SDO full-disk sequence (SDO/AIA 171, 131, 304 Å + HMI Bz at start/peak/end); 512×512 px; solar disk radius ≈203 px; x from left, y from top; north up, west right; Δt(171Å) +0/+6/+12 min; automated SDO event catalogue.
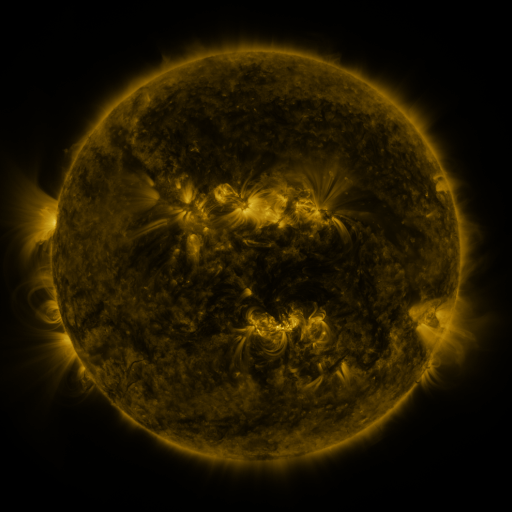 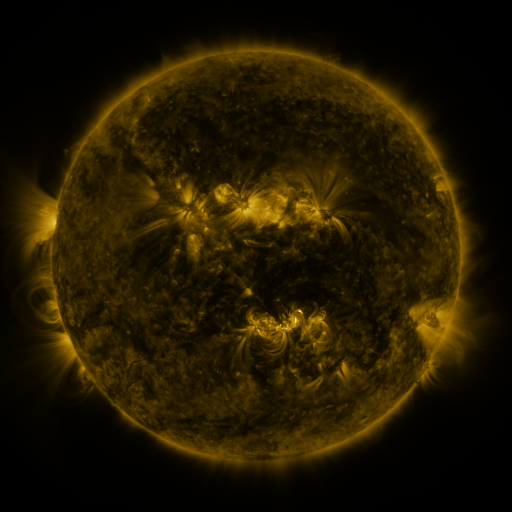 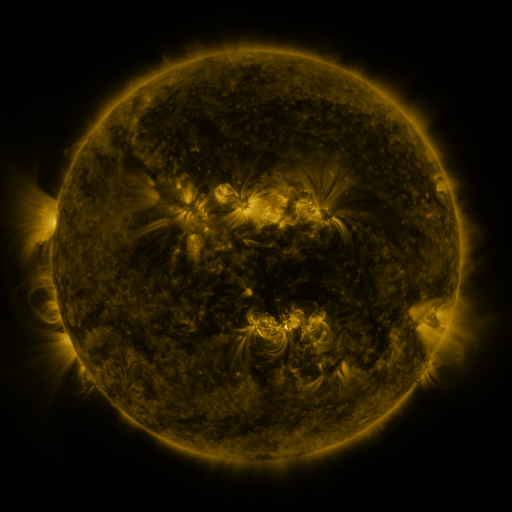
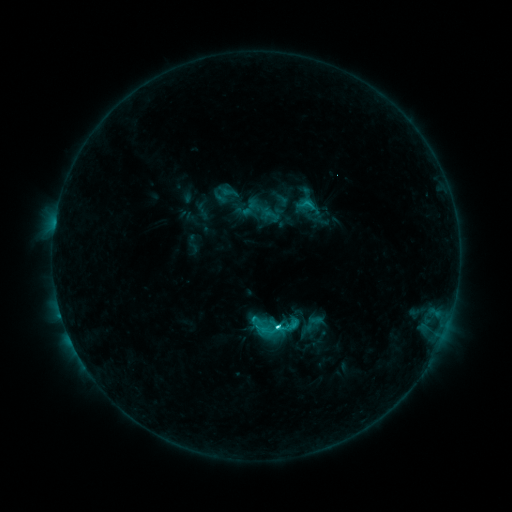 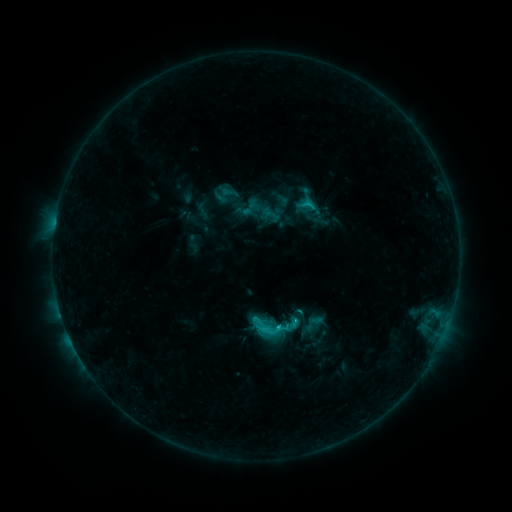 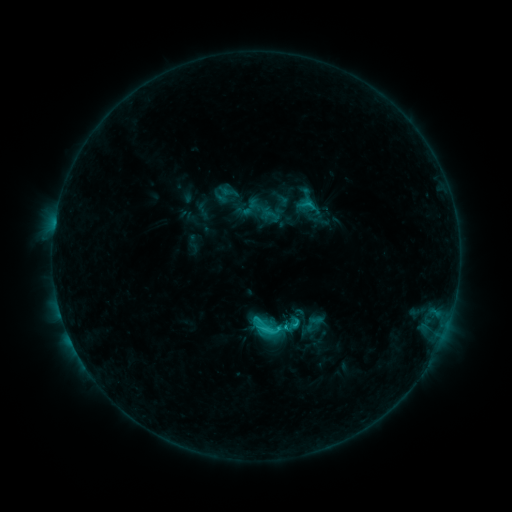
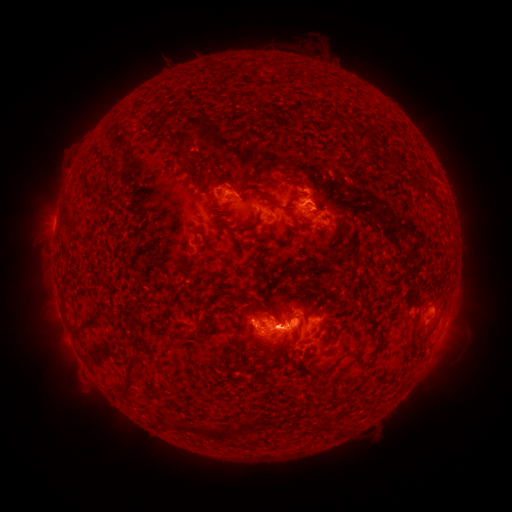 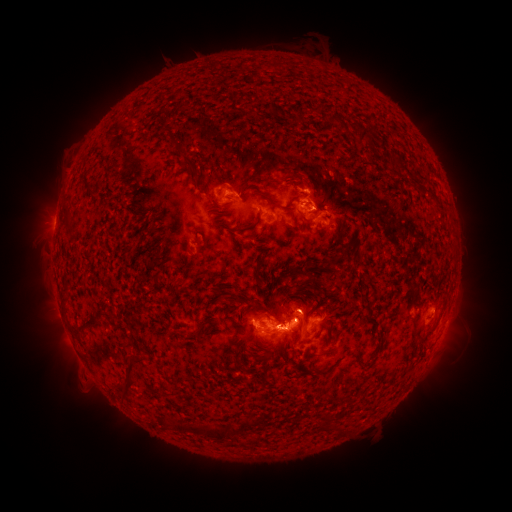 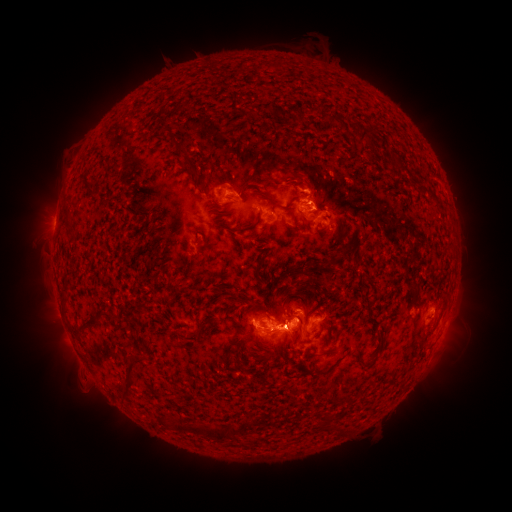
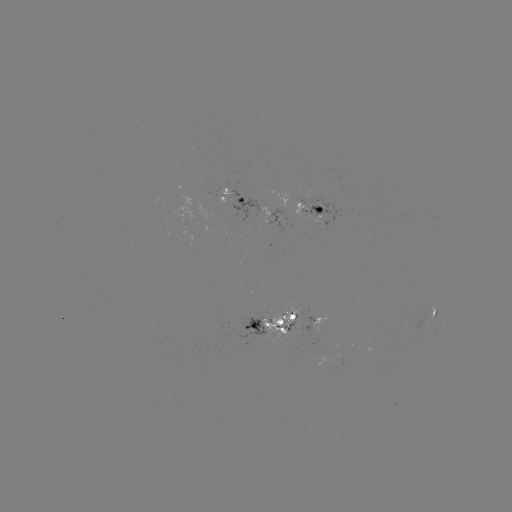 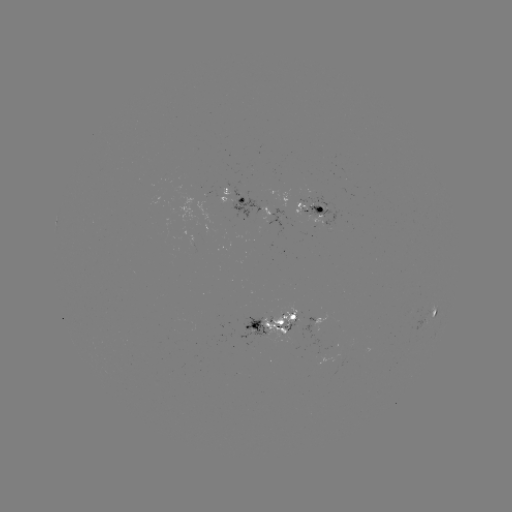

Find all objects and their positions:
eruption: (299, 298)
